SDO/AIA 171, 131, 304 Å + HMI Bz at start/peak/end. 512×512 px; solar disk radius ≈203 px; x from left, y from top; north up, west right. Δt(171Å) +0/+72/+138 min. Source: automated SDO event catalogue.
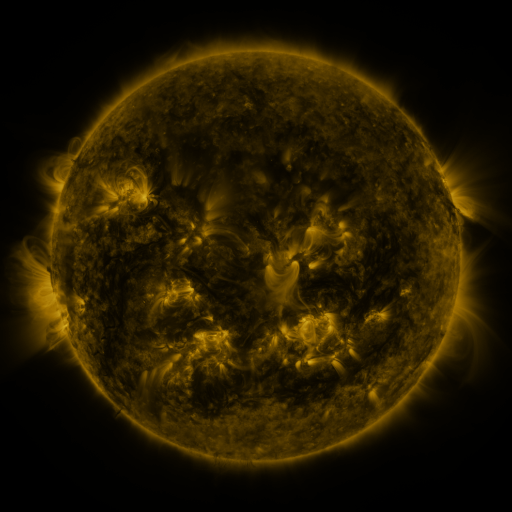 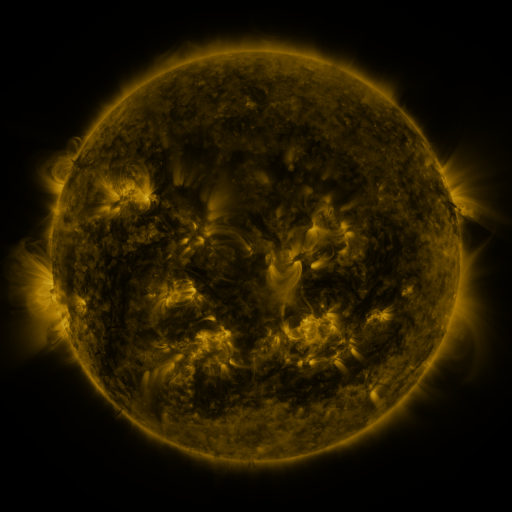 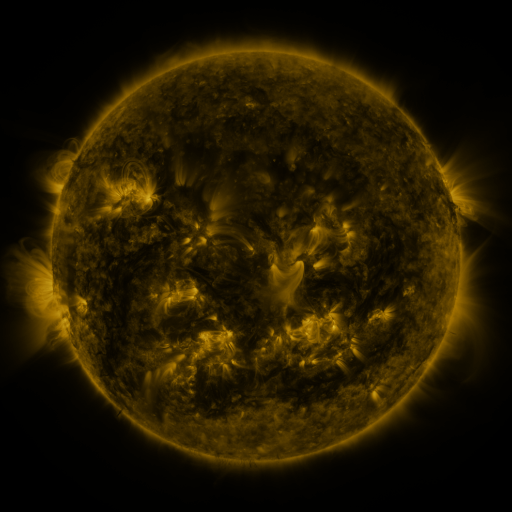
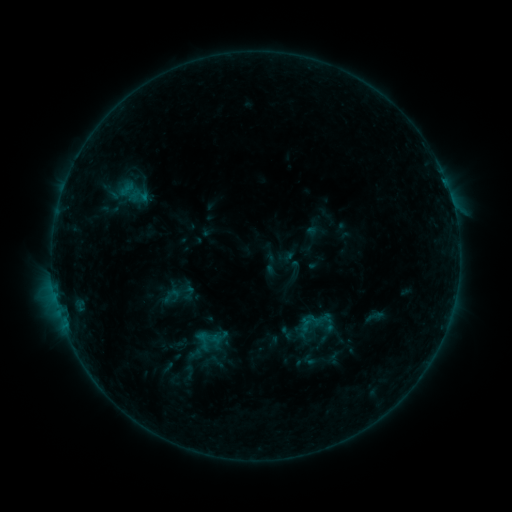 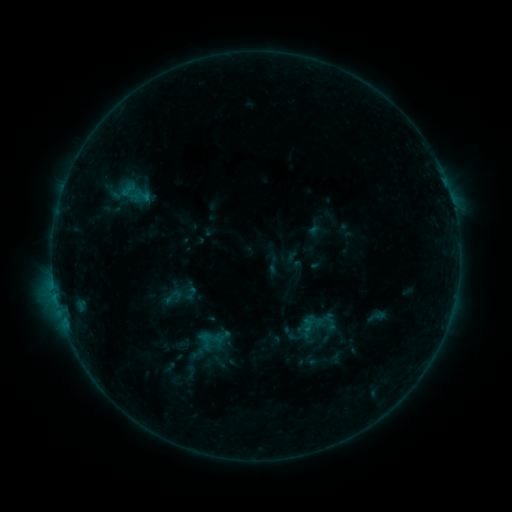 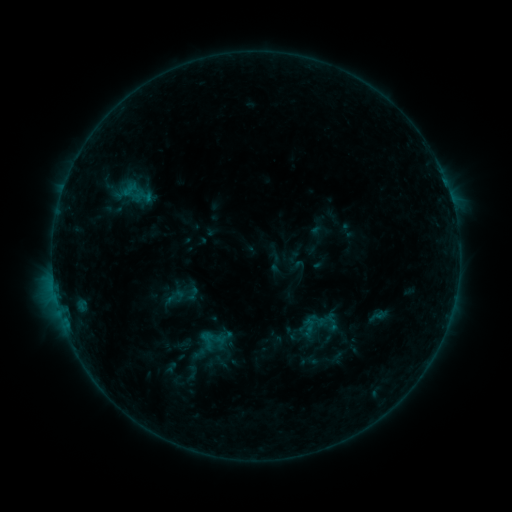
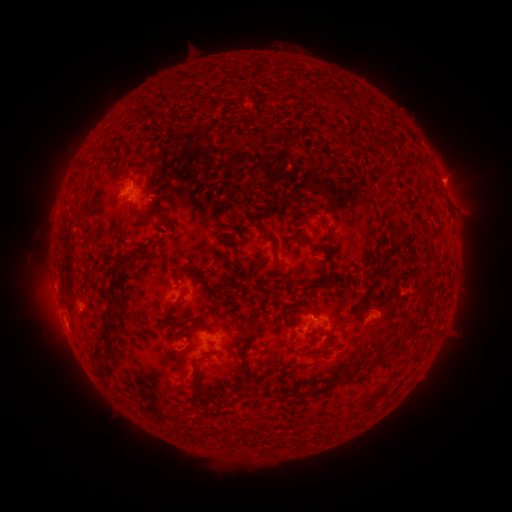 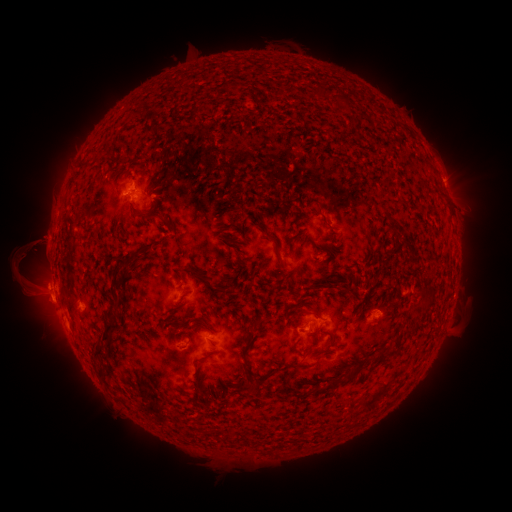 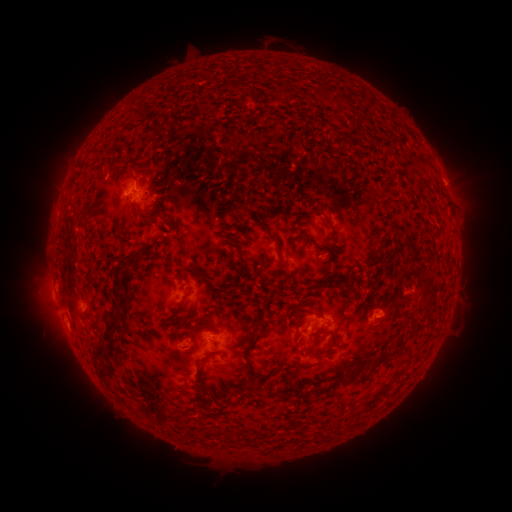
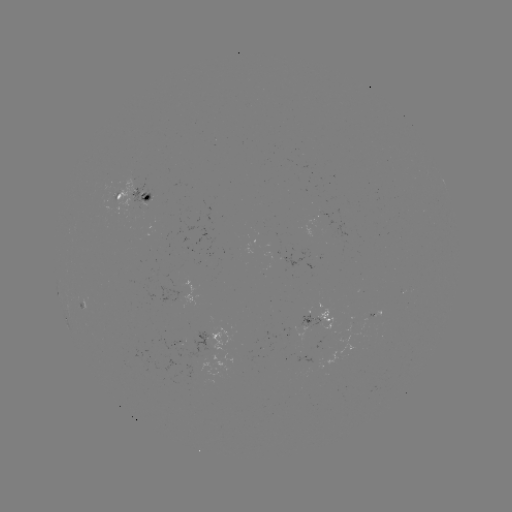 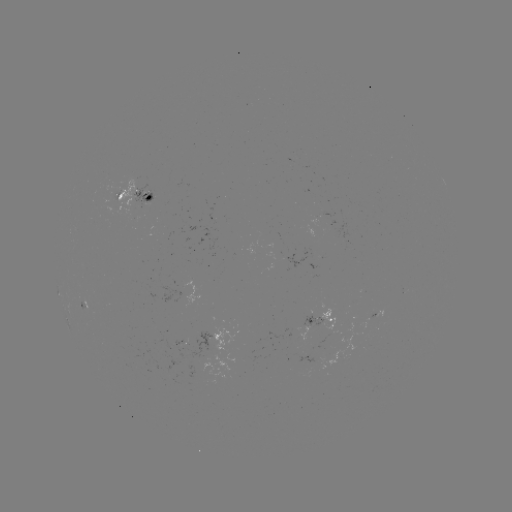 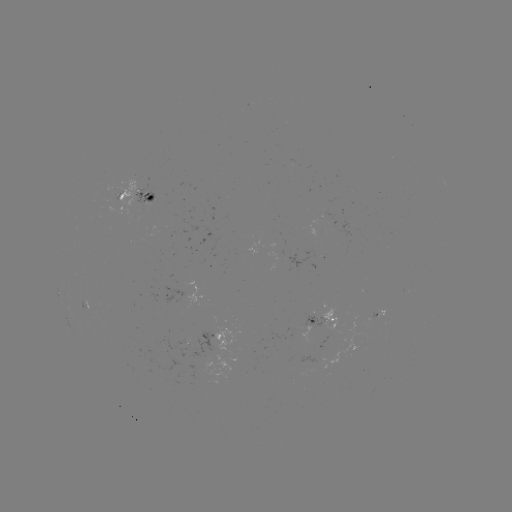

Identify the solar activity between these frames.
filament eruption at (29, 269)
